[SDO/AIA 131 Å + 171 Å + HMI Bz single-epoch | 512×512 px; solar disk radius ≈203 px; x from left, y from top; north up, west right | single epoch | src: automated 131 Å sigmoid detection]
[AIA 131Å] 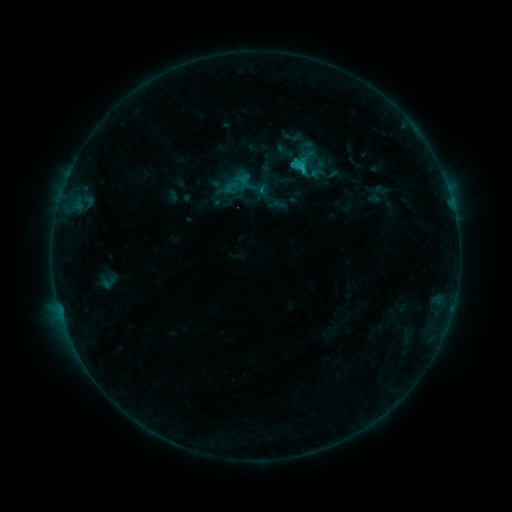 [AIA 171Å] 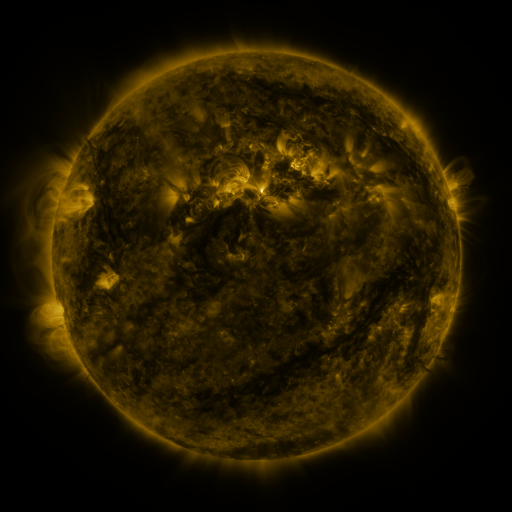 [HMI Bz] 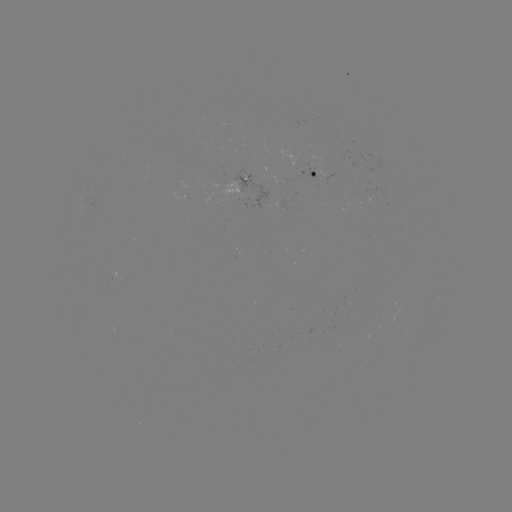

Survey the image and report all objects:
sigmoid: <bbox>274, 127, 340, 184</bbox>
sigmoid: <bbox>223, 178, 239, 195</bbox>
